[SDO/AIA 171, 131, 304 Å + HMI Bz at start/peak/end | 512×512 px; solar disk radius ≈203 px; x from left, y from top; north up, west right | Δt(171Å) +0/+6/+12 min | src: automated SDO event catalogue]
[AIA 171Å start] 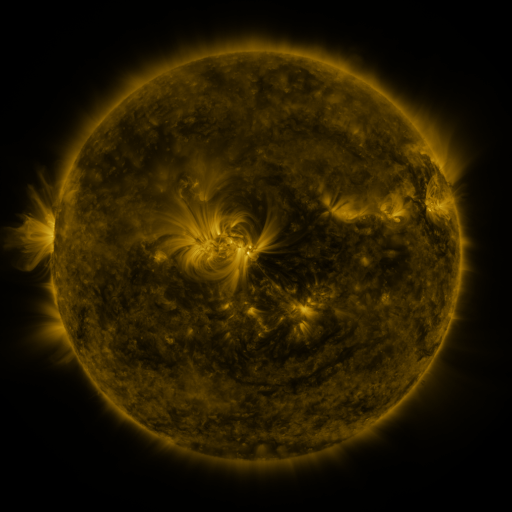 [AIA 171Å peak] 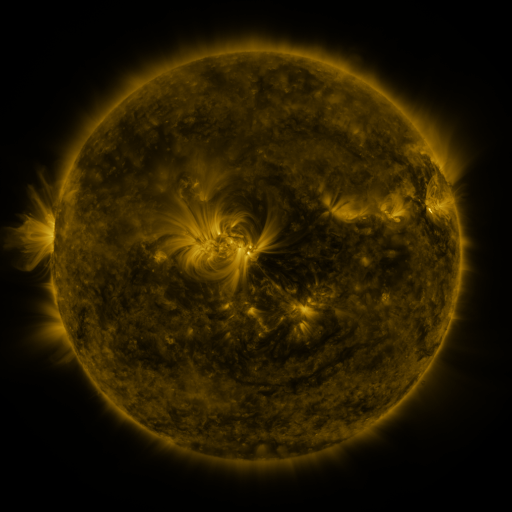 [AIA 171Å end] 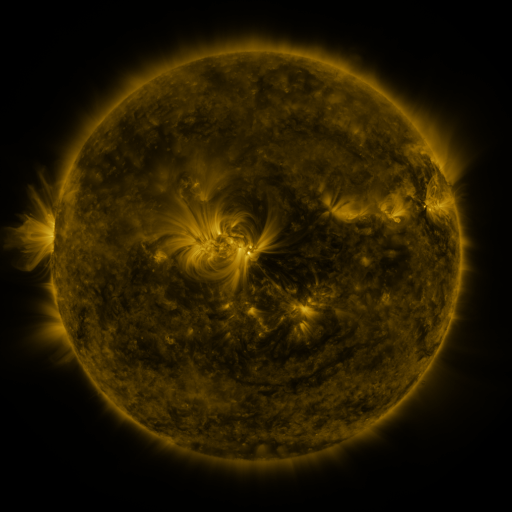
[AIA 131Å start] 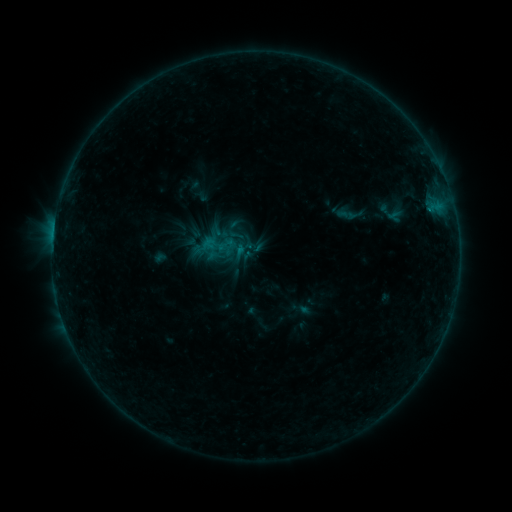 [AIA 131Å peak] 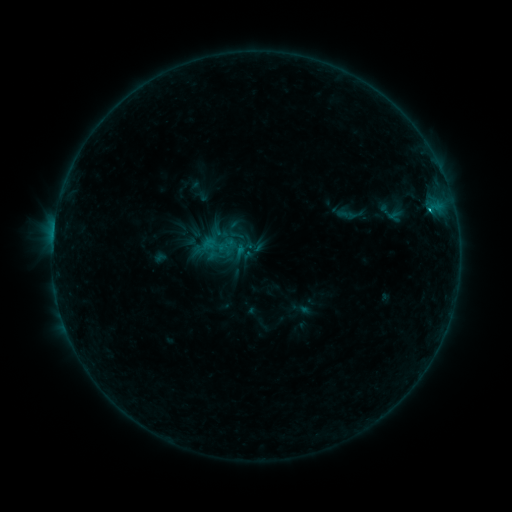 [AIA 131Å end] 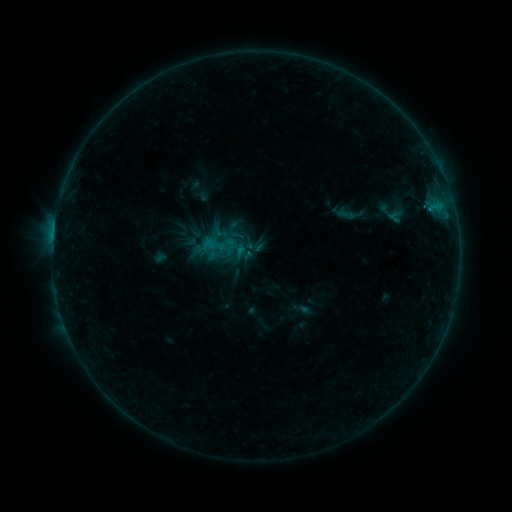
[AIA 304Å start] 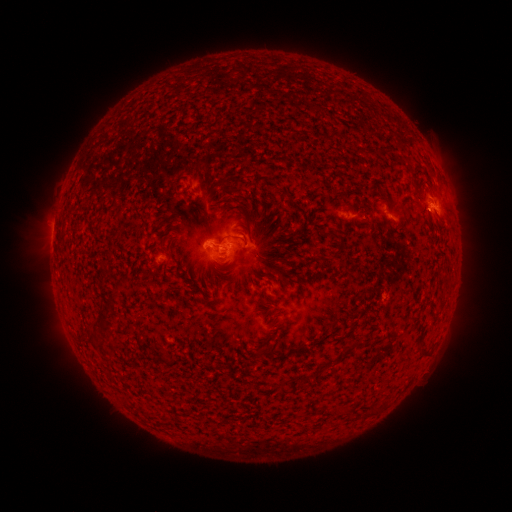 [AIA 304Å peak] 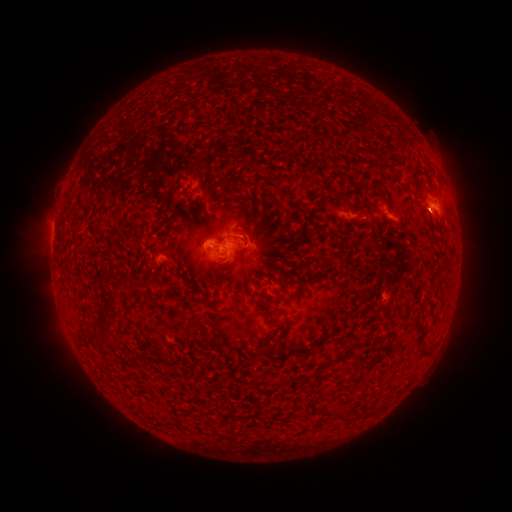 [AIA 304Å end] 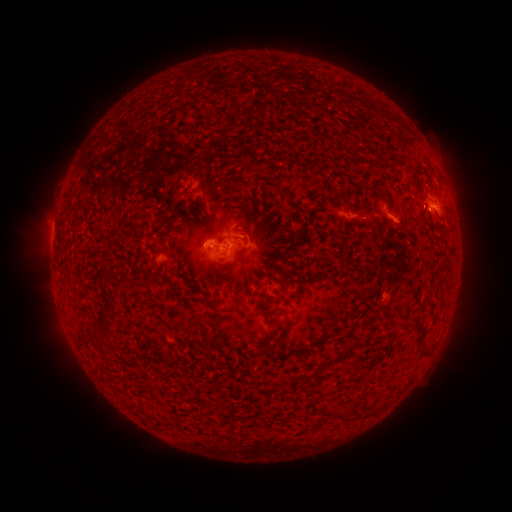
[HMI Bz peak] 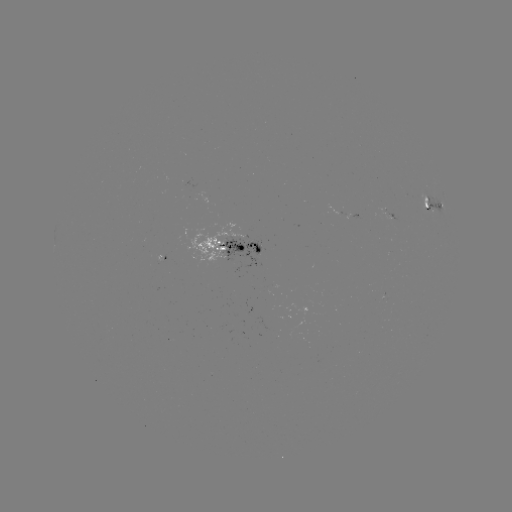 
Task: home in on B9.4 flare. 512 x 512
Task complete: [430, 213].